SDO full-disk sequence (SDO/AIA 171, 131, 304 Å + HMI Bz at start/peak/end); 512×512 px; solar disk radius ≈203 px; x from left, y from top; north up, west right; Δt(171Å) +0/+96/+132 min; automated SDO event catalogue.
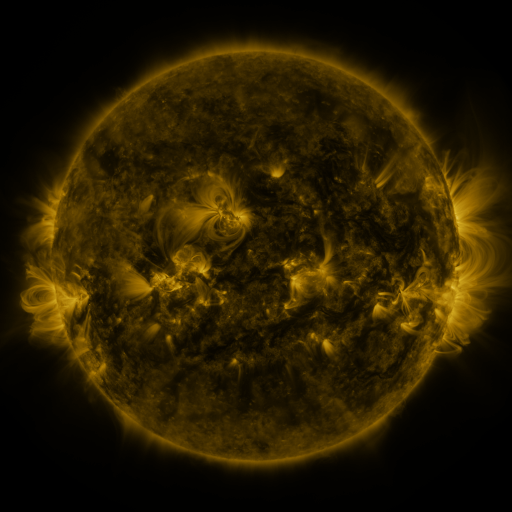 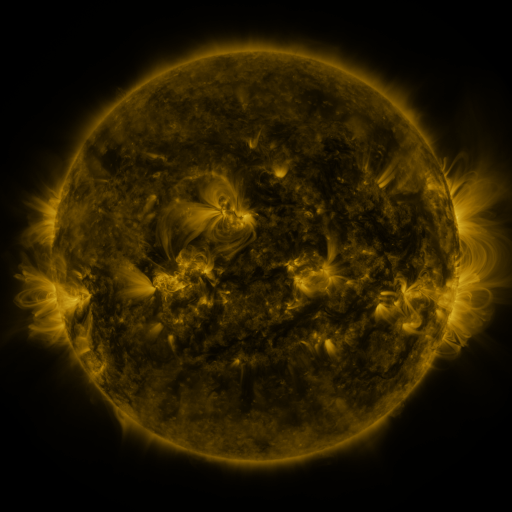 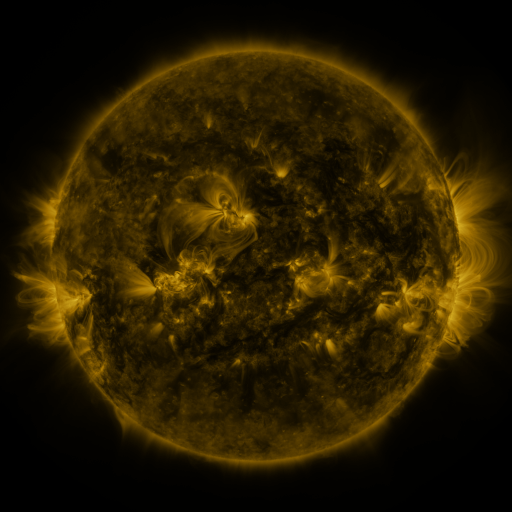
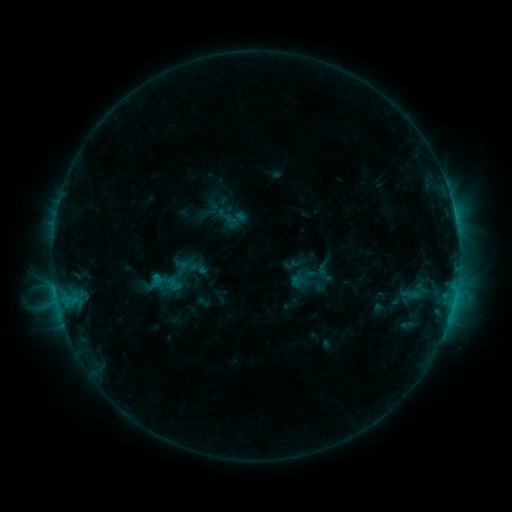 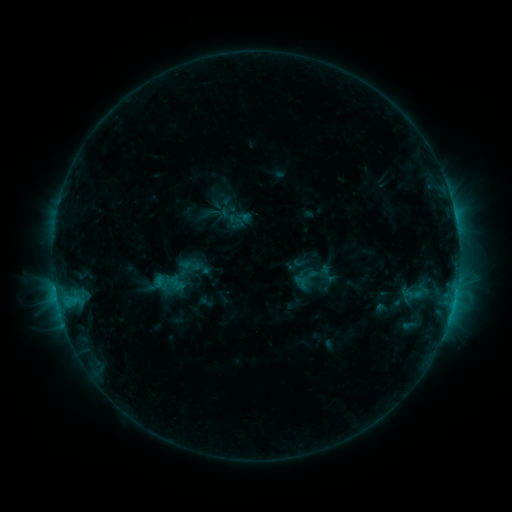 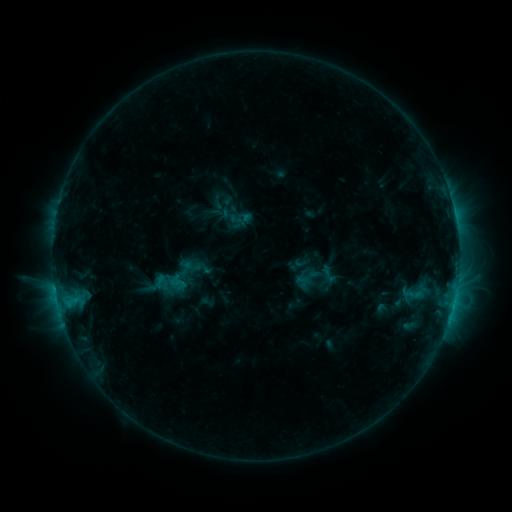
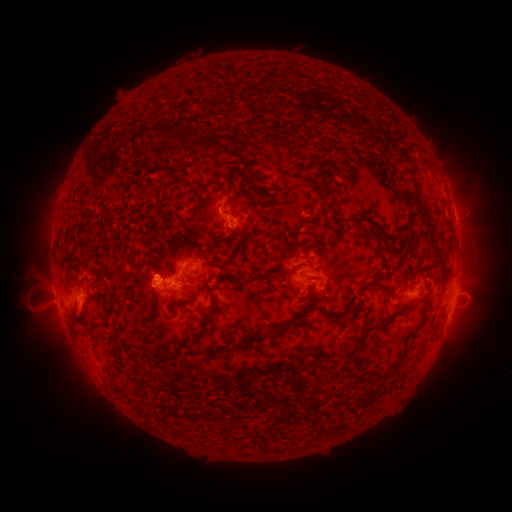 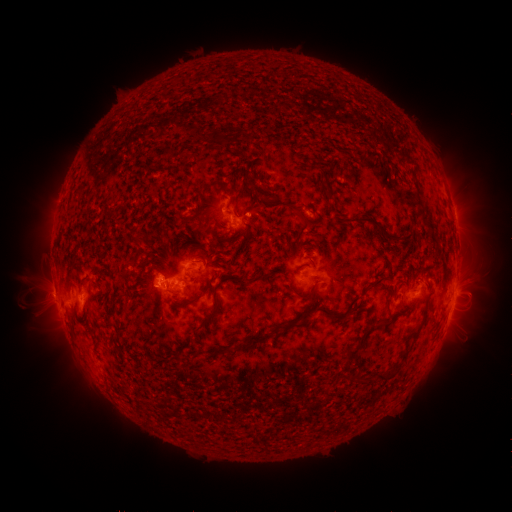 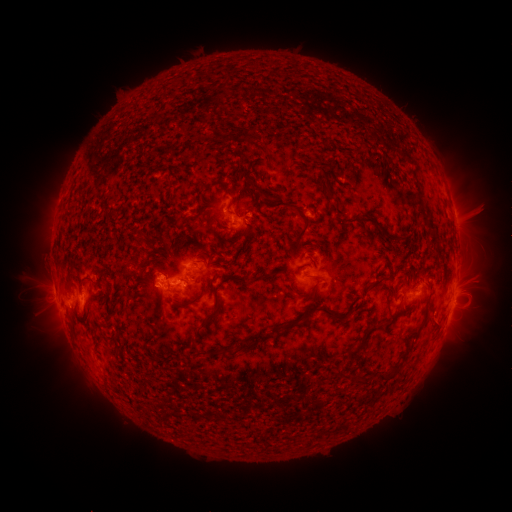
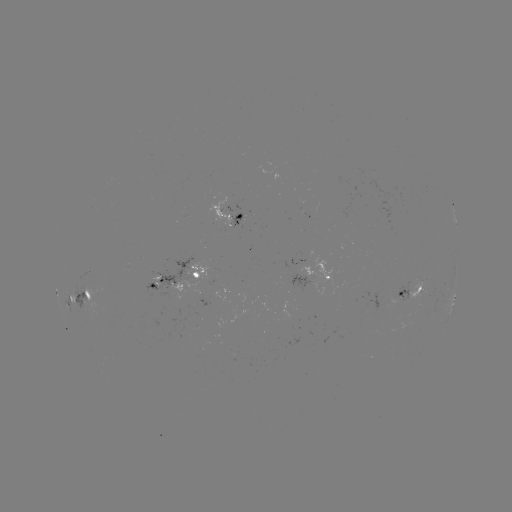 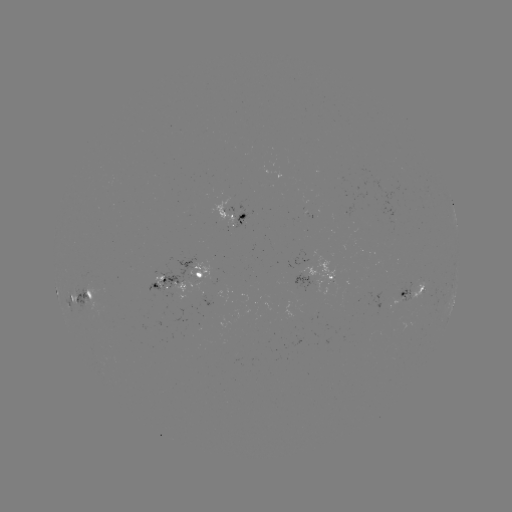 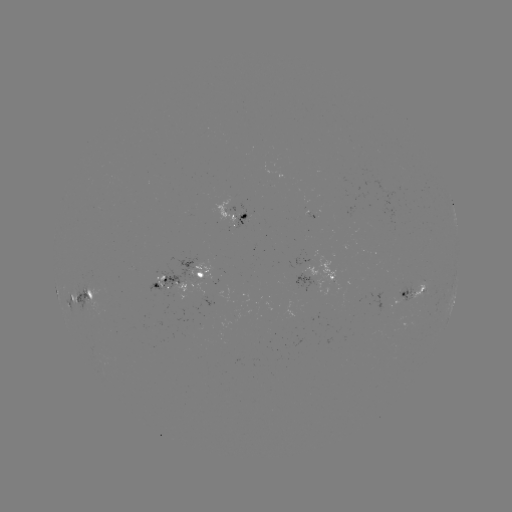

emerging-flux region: [143, 257, 198, 293]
